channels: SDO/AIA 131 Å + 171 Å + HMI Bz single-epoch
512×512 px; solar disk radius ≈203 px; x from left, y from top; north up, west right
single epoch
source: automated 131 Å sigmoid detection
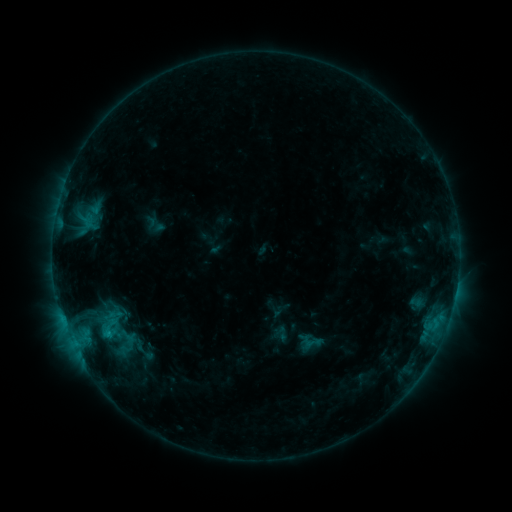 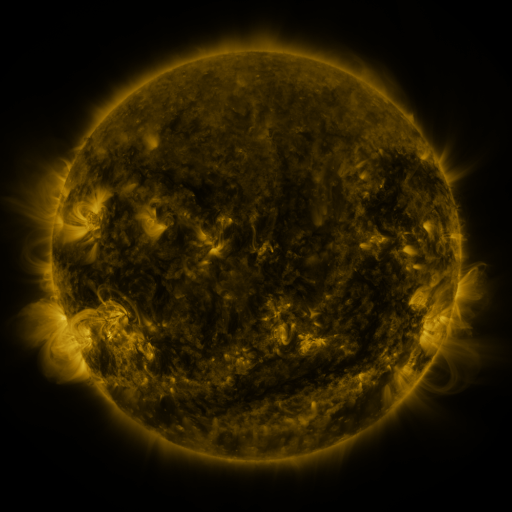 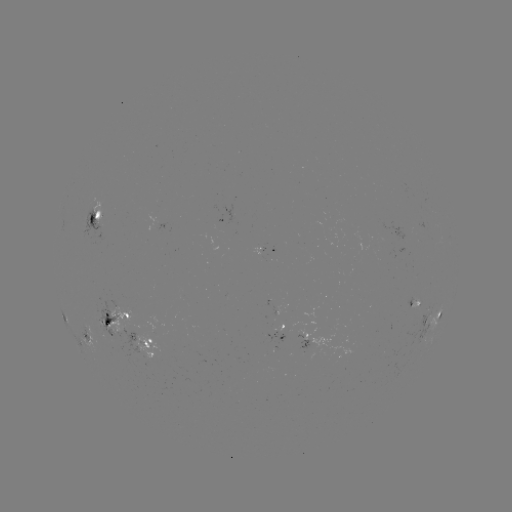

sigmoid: [302, 332, 321, 351]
